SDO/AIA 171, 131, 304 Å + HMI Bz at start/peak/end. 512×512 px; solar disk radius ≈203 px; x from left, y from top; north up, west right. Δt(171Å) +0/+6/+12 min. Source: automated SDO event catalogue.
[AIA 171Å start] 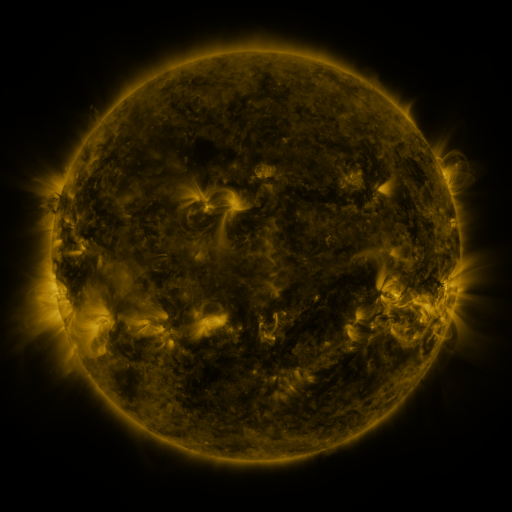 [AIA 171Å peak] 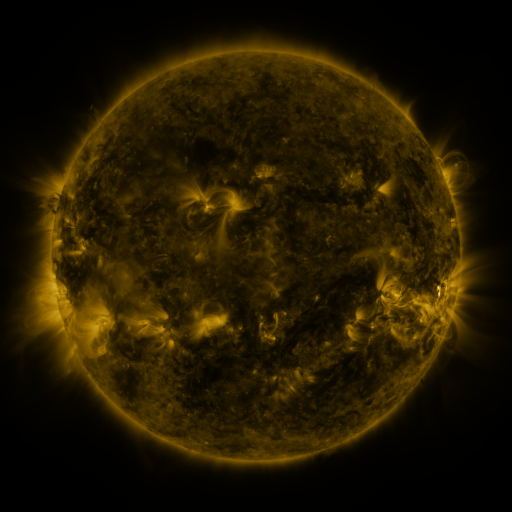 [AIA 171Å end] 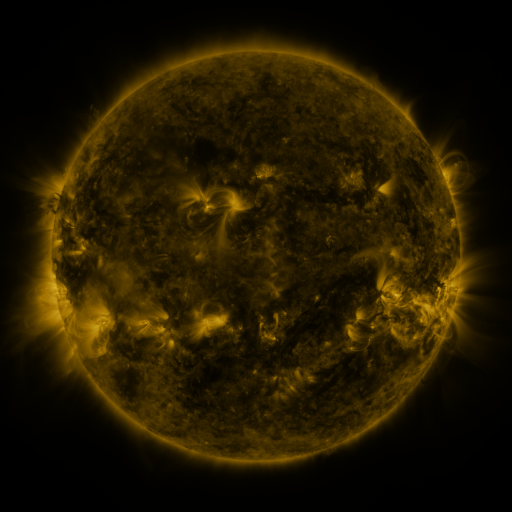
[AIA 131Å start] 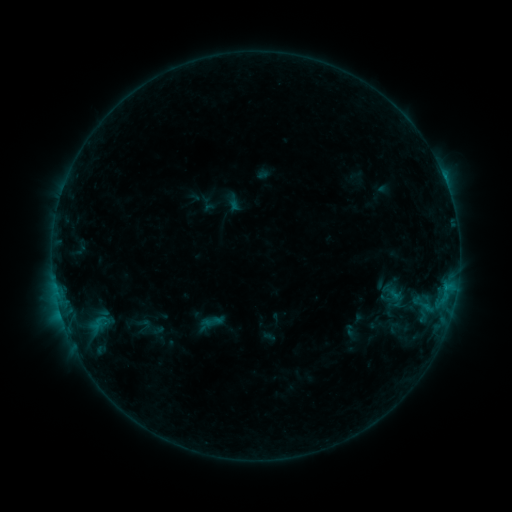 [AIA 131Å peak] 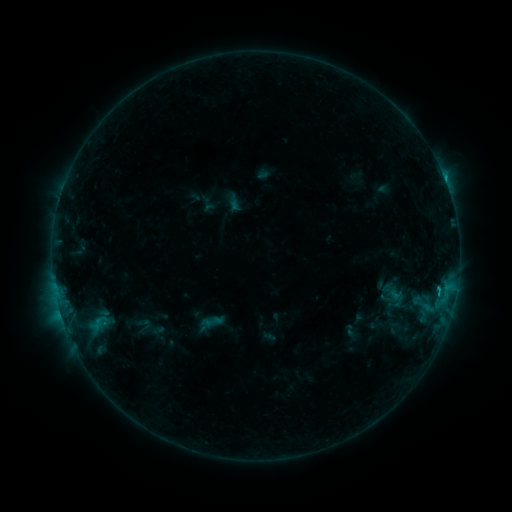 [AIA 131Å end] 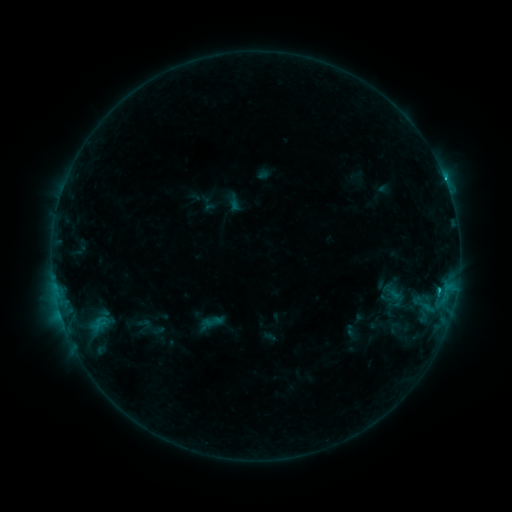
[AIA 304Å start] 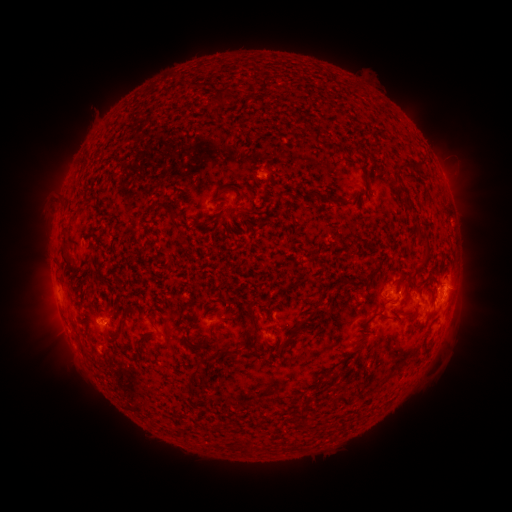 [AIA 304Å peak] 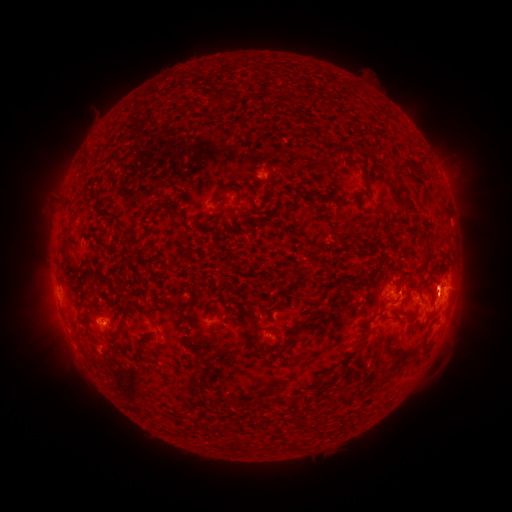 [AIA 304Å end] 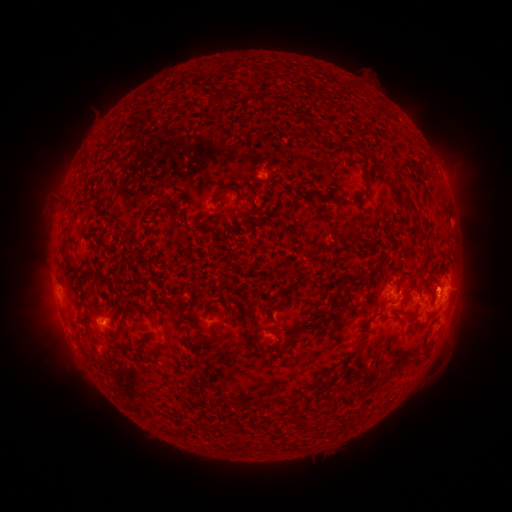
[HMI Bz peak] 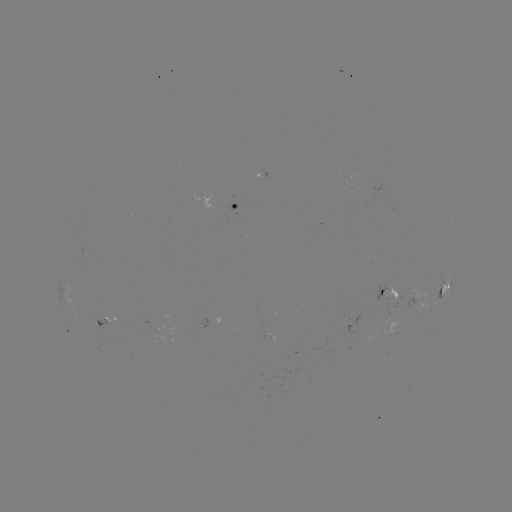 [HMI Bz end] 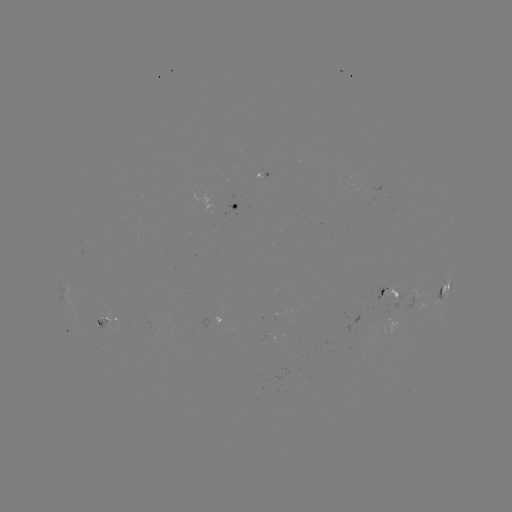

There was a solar flare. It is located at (437, 289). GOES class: C1.6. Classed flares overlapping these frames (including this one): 1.